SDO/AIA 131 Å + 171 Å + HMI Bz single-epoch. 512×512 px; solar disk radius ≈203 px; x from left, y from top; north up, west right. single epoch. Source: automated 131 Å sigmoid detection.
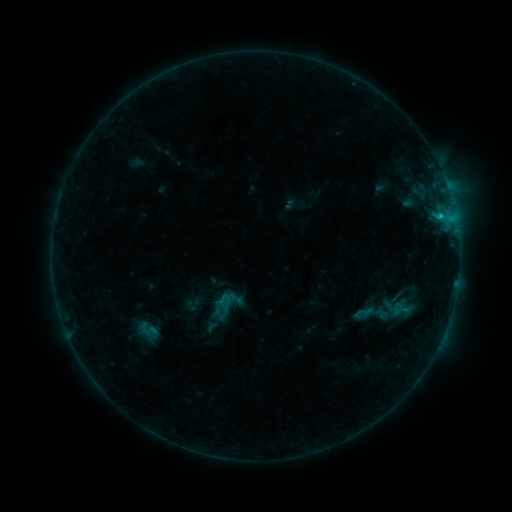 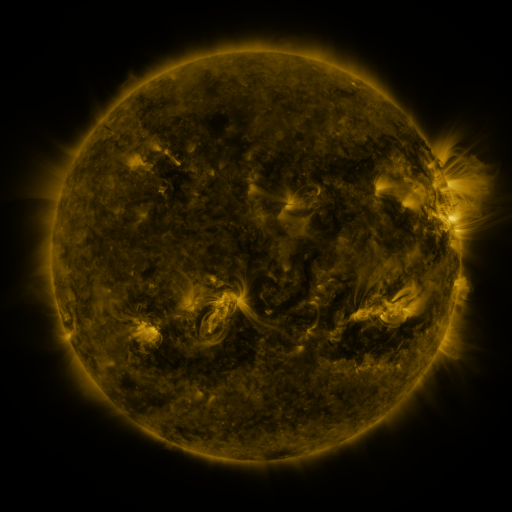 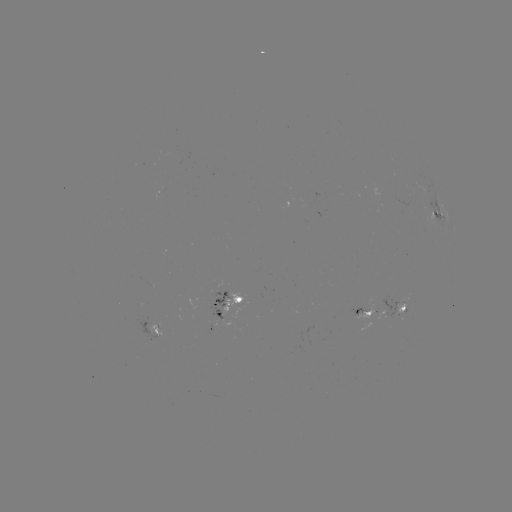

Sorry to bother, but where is sigmoid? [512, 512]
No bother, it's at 401,309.